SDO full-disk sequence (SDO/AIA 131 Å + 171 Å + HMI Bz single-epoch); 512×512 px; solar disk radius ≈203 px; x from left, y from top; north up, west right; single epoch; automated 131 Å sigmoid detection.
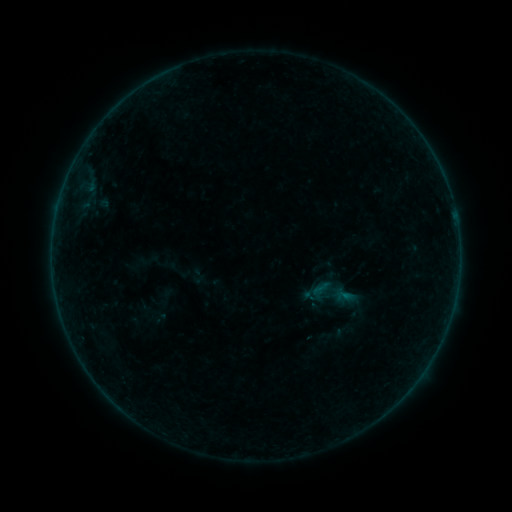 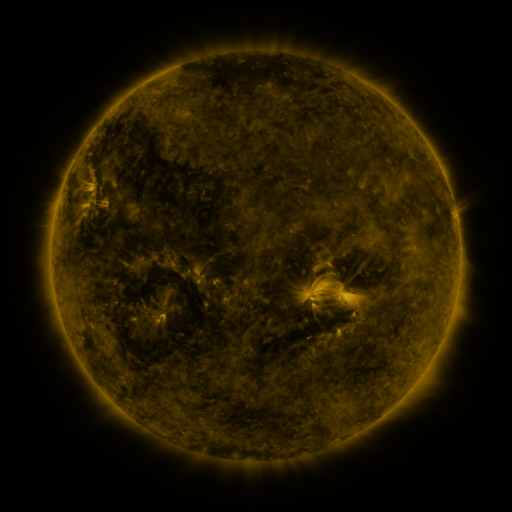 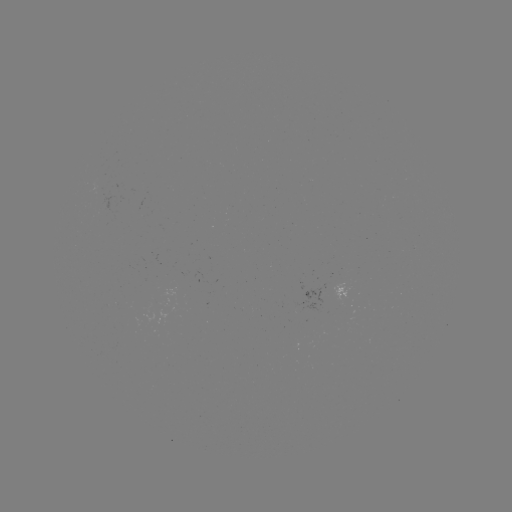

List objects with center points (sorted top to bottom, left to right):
sigmoid: (325, 266)
sigmoid: (332, 295)
